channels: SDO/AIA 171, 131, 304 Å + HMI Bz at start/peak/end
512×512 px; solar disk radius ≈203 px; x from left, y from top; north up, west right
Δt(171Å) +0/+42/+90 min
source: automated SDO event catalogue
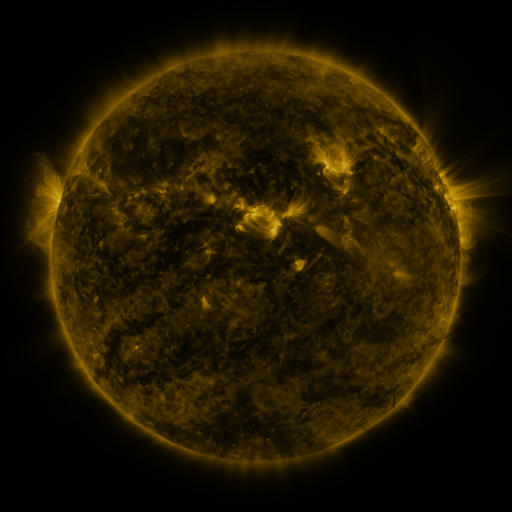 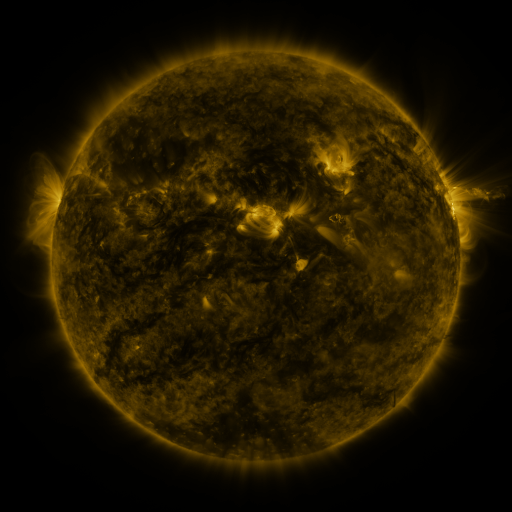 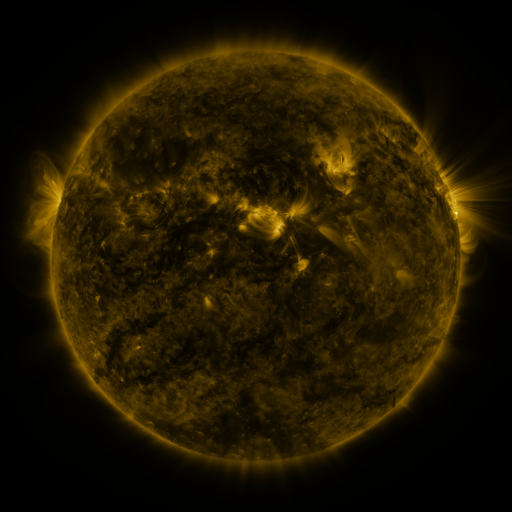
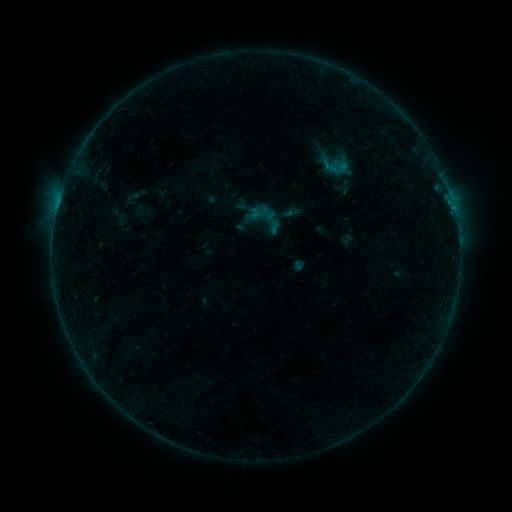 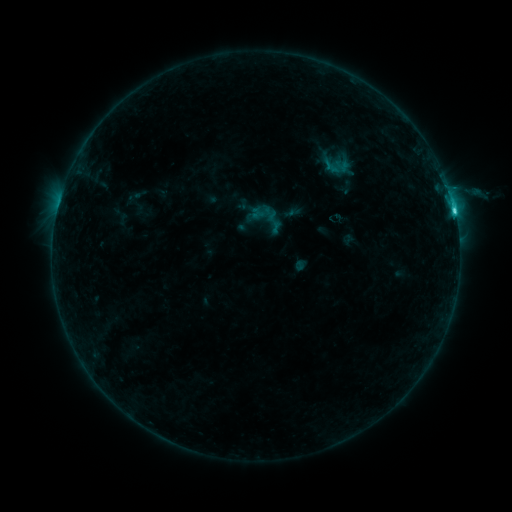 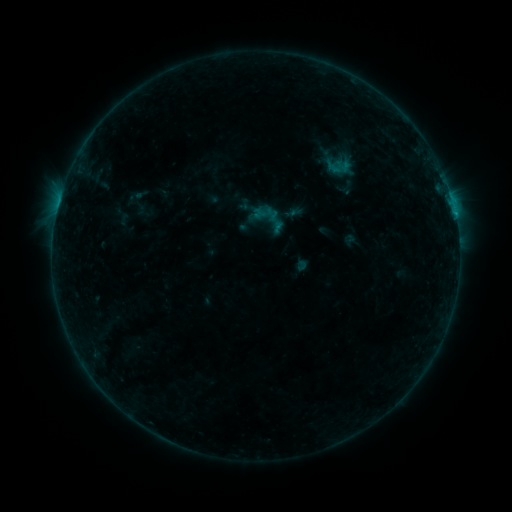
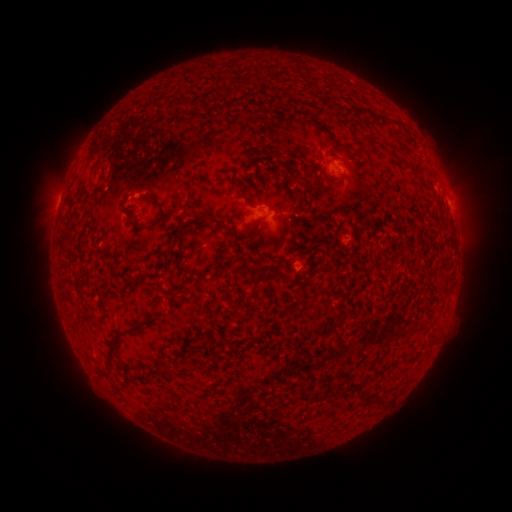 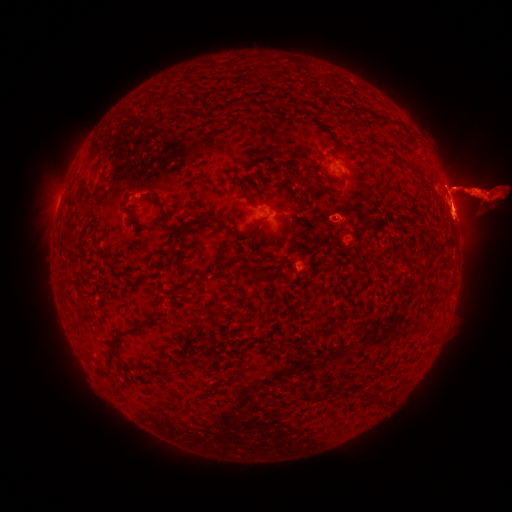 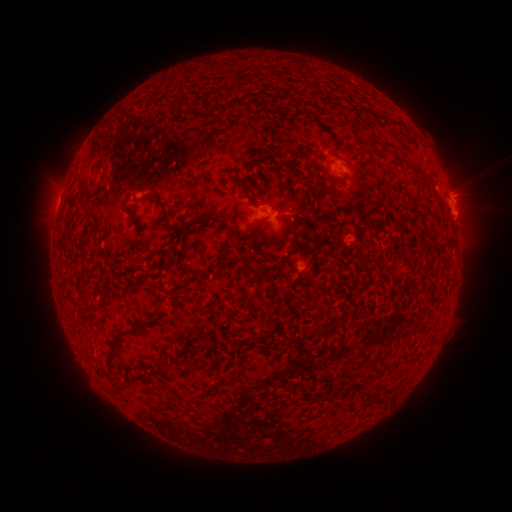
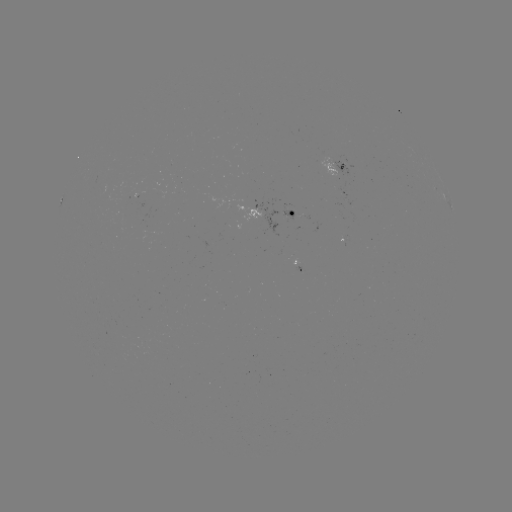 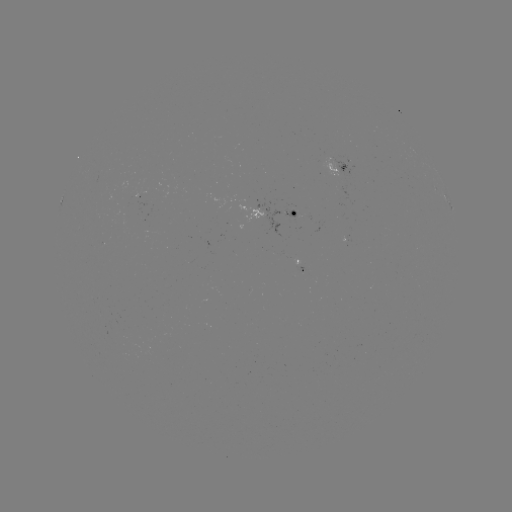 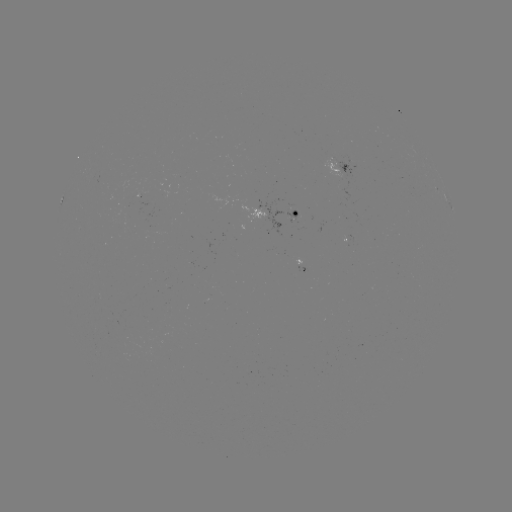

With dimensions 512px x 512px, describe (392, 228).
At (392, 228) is filament eruption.